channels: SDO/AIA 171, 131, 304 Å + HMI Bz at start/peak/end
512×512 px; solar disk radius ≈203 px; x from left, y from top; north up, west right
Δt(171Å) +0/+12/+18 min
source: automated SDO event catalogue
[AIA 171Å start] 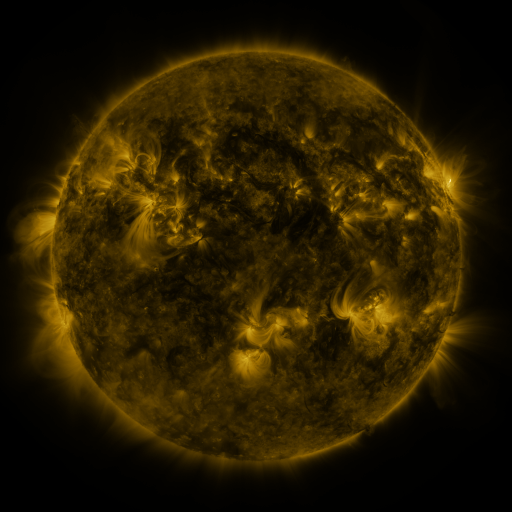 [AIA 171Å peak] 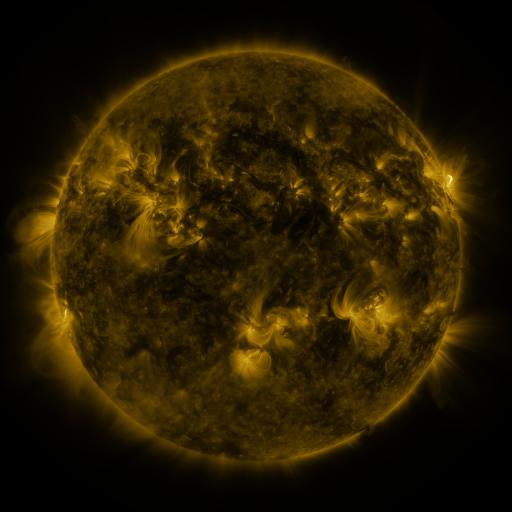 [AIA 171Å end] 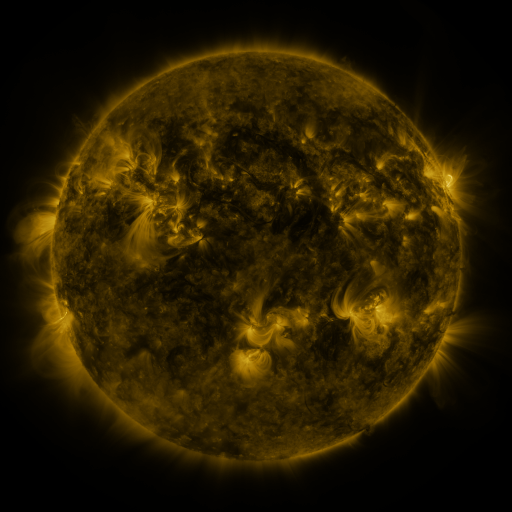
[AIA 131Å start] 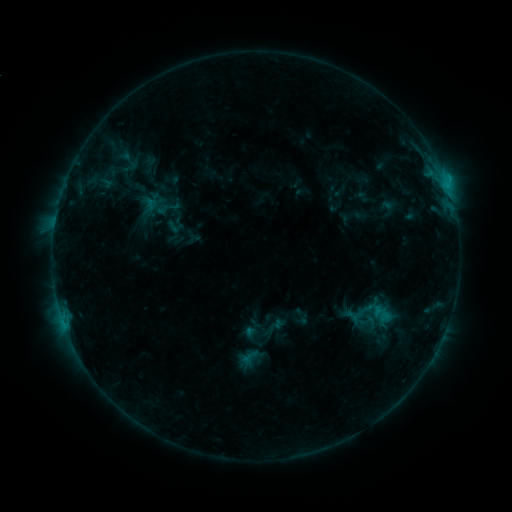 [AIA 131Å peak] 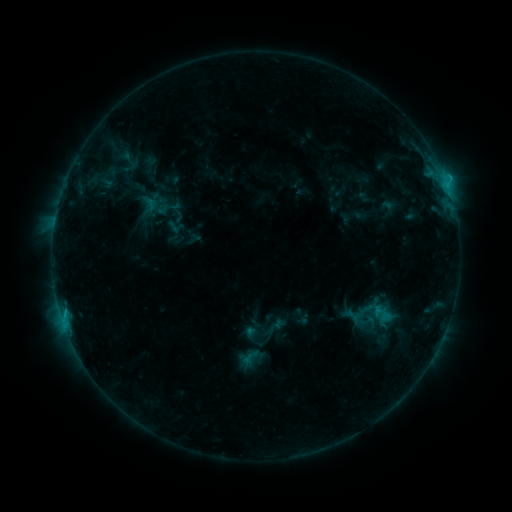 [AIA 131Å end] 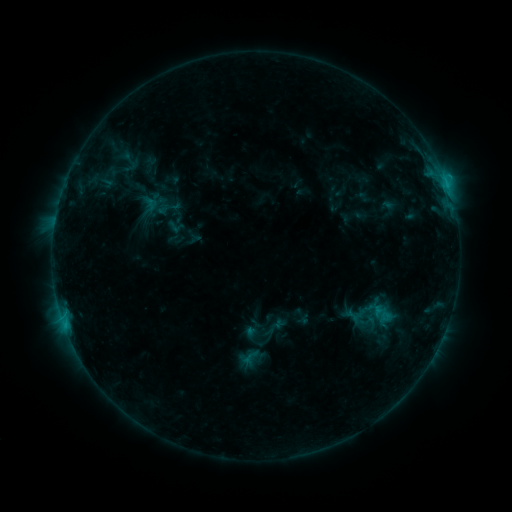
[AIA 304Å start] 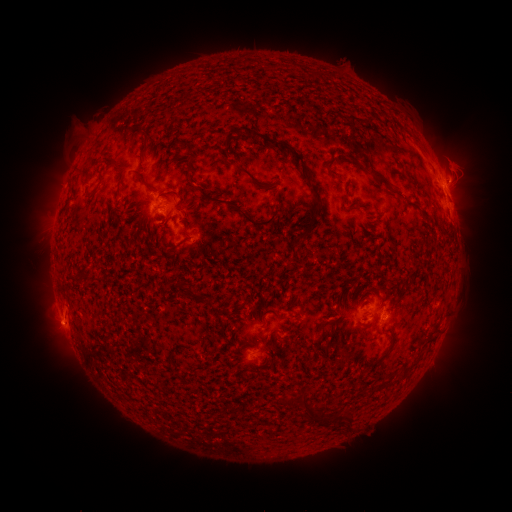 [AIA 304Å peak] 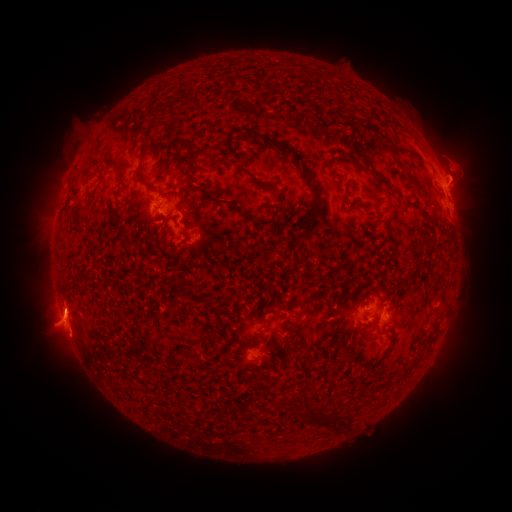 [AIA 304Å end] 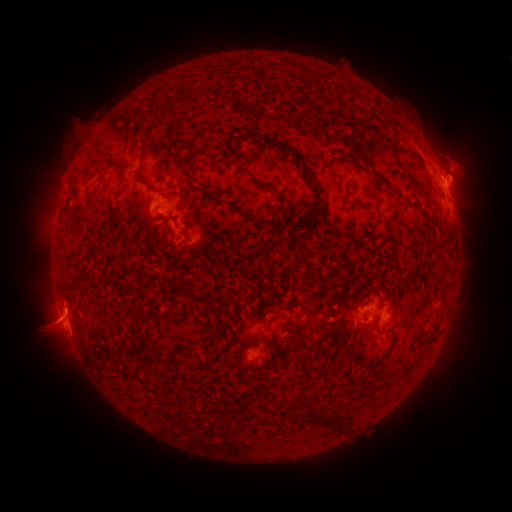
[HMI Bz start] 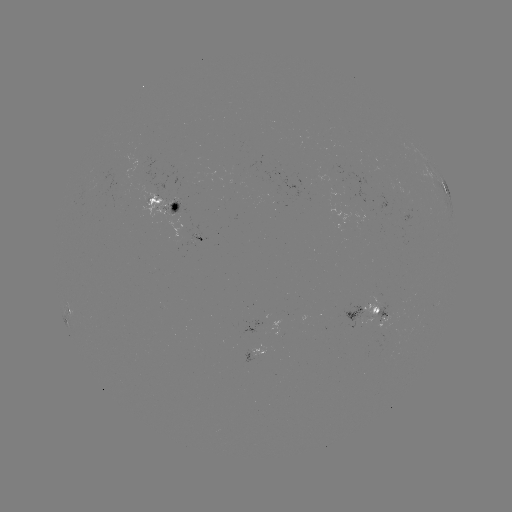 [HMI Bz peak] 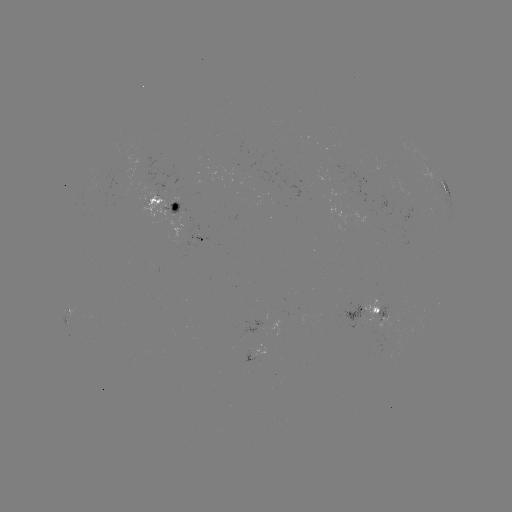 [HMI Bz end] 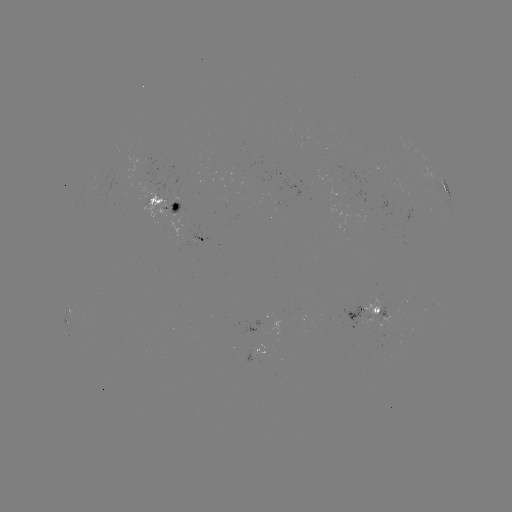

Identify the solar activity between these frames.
eruption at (61, 325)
